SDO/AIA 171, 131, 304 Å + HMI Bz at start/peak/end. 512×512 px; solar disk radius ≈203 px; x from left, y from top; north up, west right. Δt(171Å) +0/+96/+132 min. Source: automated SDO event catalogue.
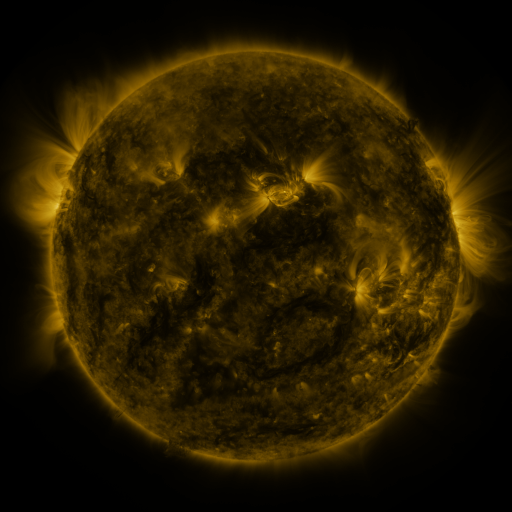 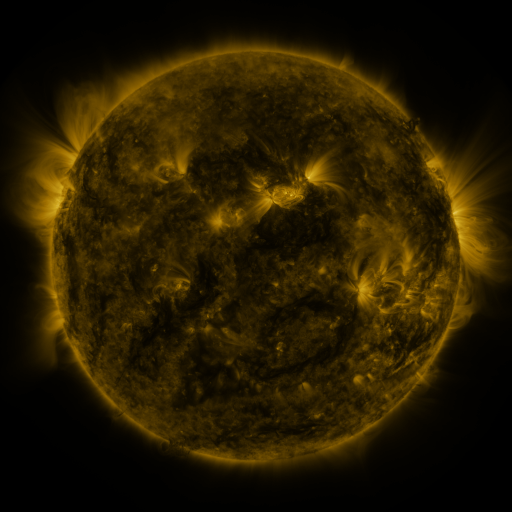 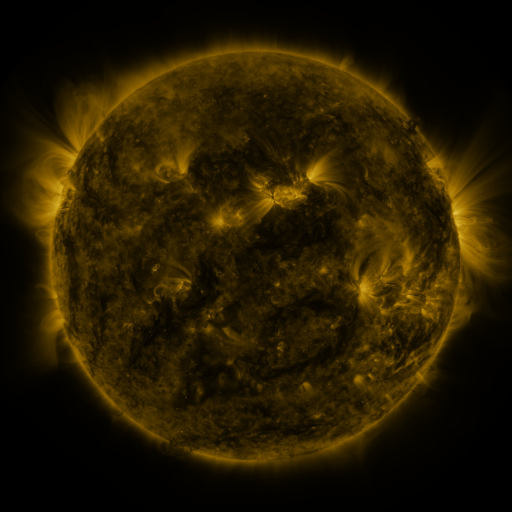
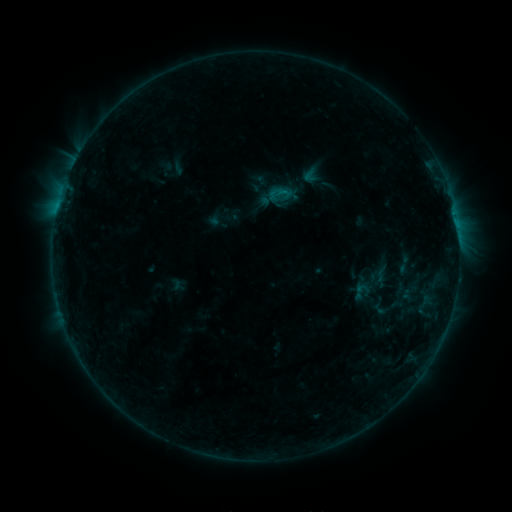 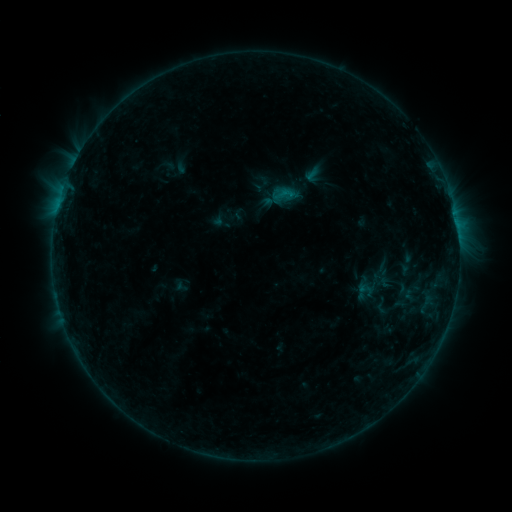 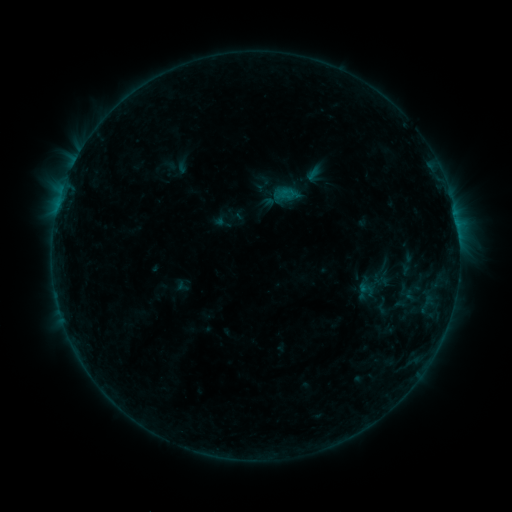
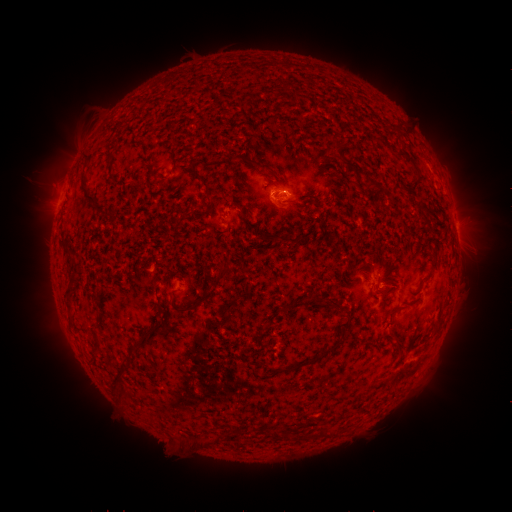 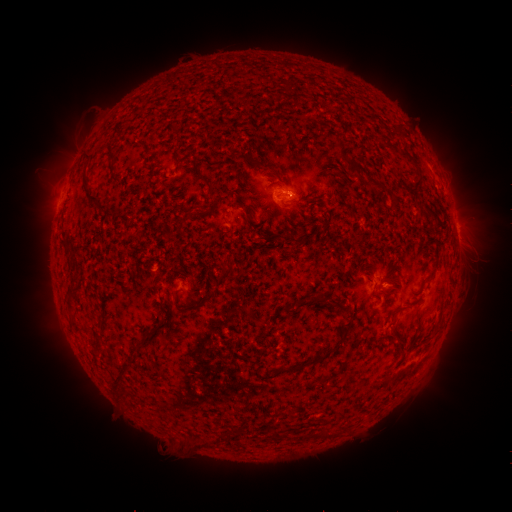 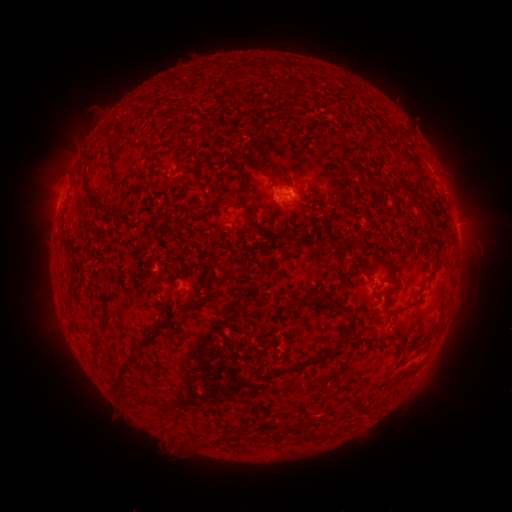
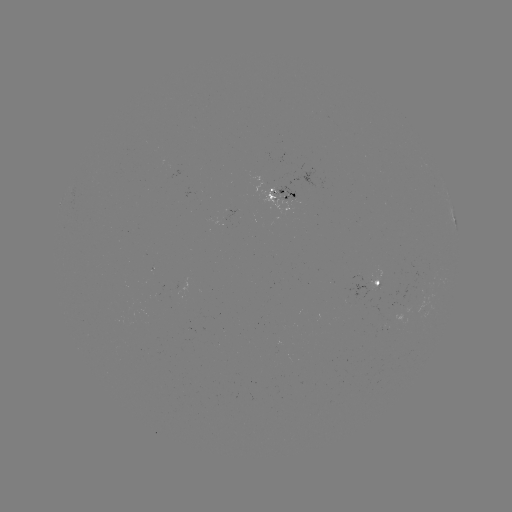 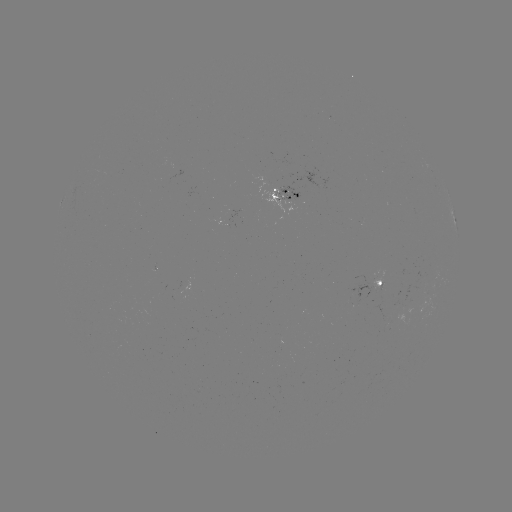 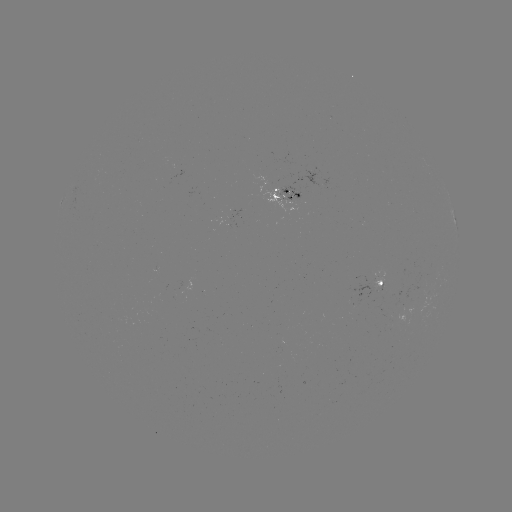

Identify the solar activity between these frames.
emerging-flux region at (375, 282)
